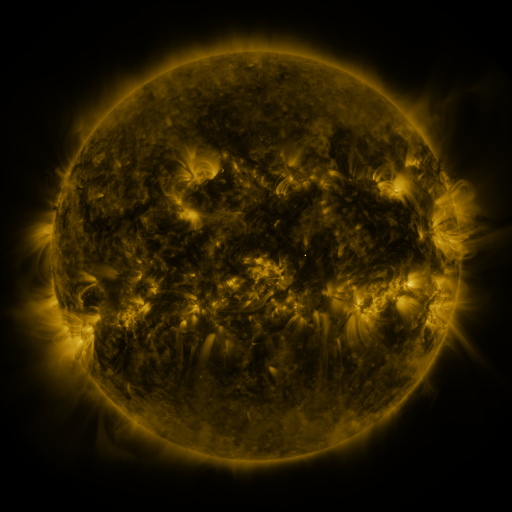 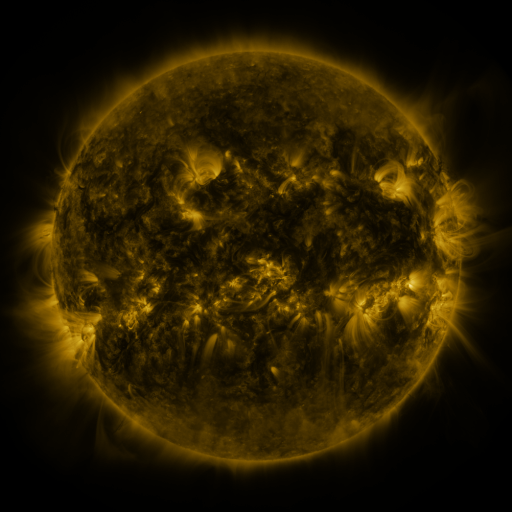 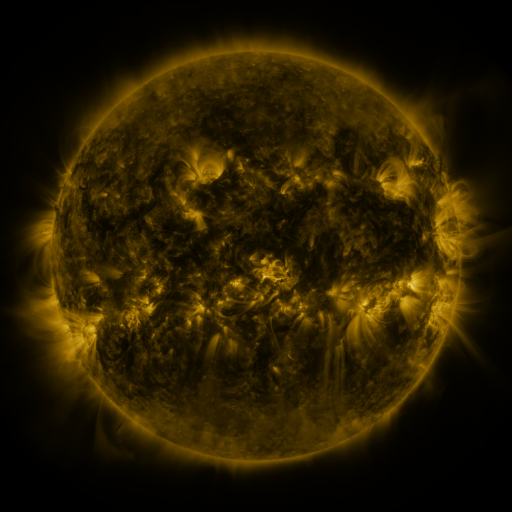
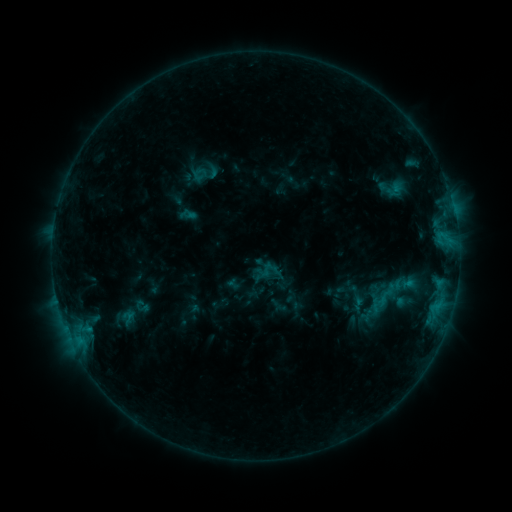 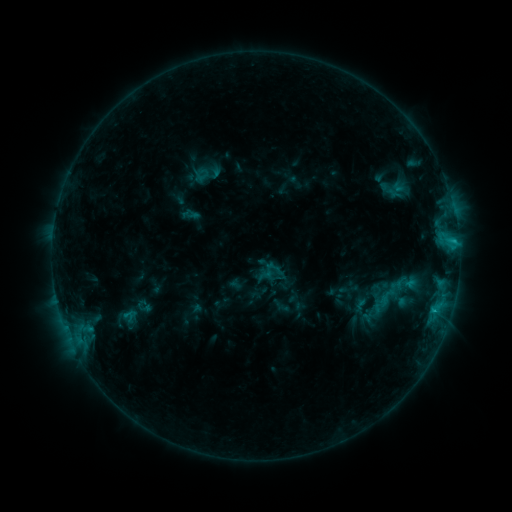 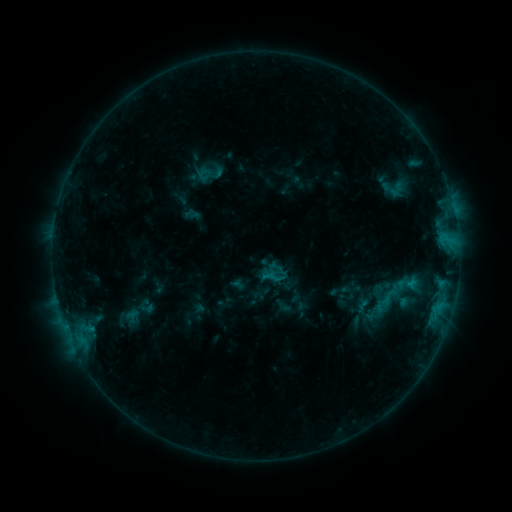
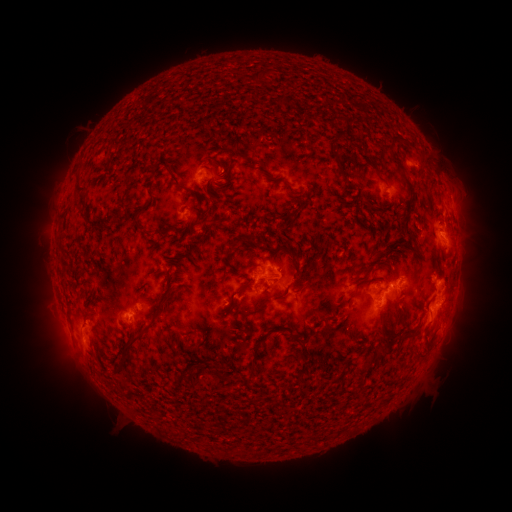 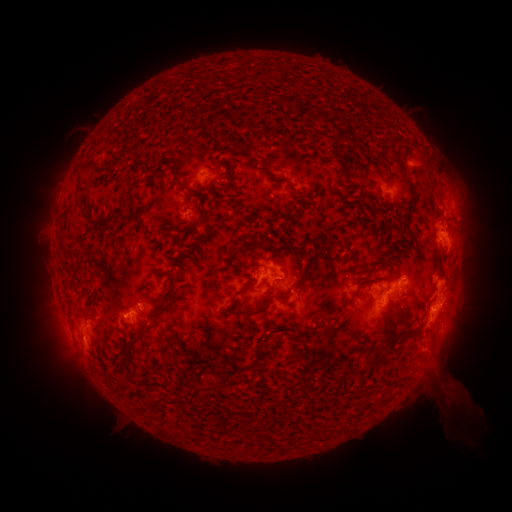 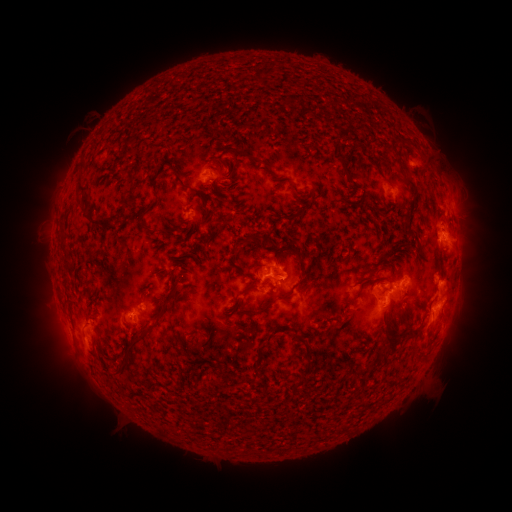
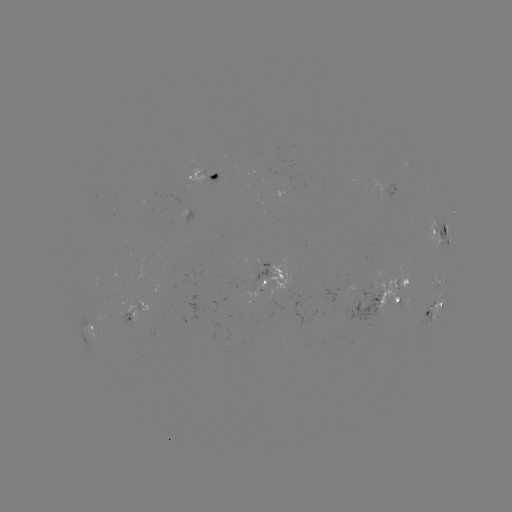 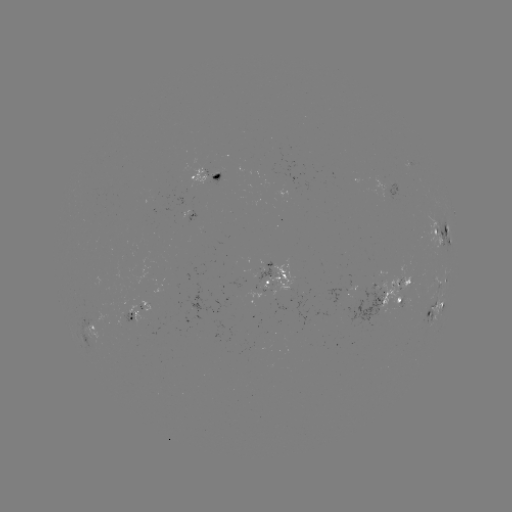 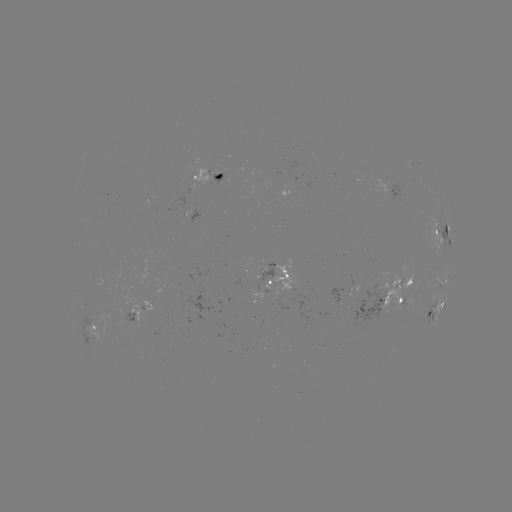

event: flare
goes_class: C1.8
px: (453, 241)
